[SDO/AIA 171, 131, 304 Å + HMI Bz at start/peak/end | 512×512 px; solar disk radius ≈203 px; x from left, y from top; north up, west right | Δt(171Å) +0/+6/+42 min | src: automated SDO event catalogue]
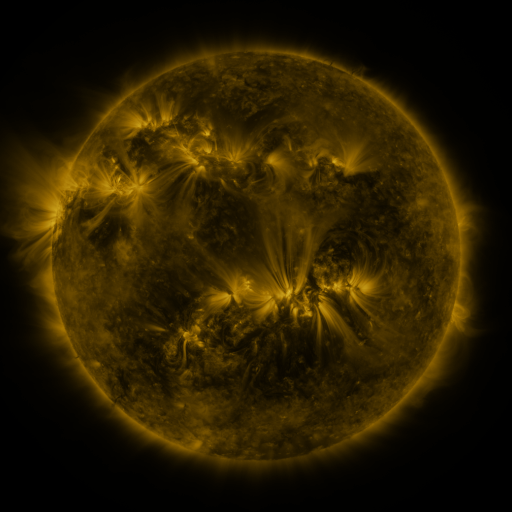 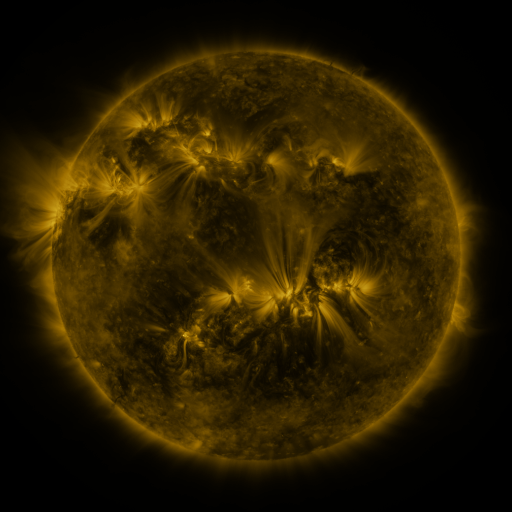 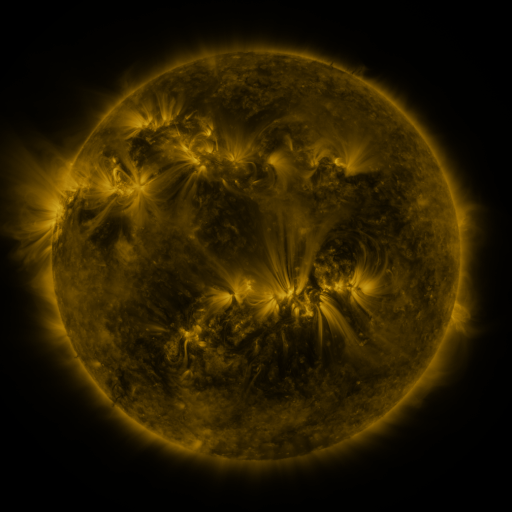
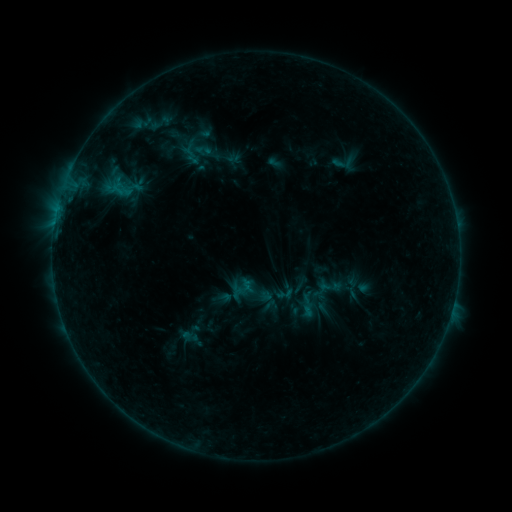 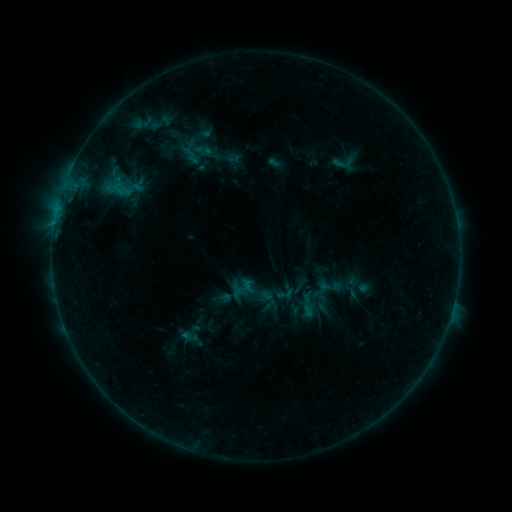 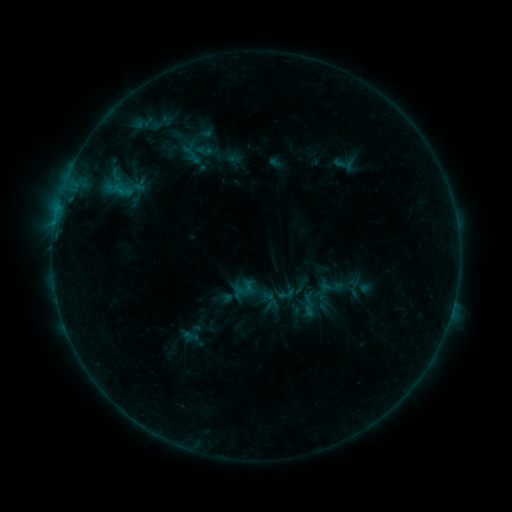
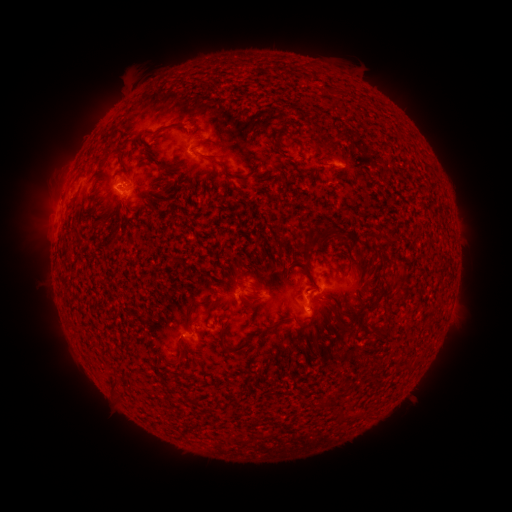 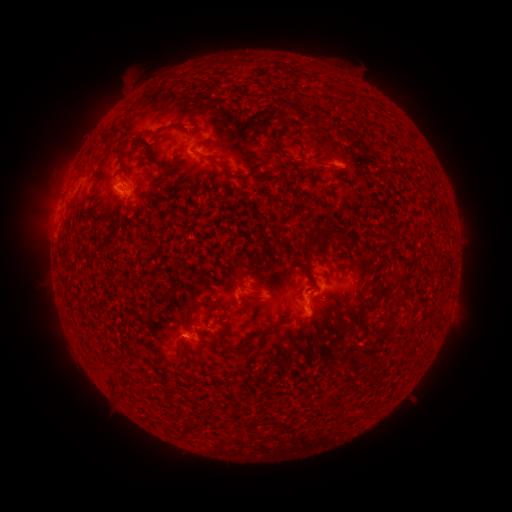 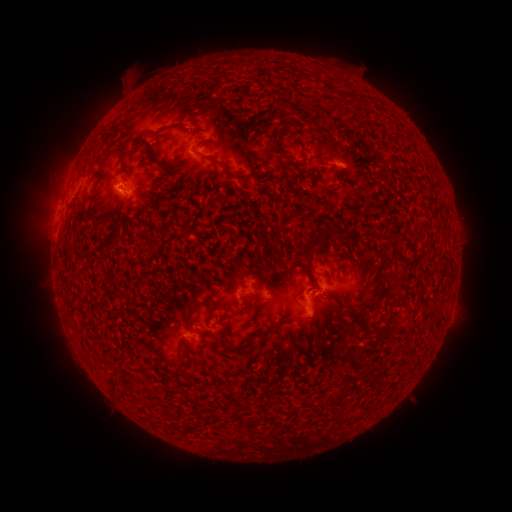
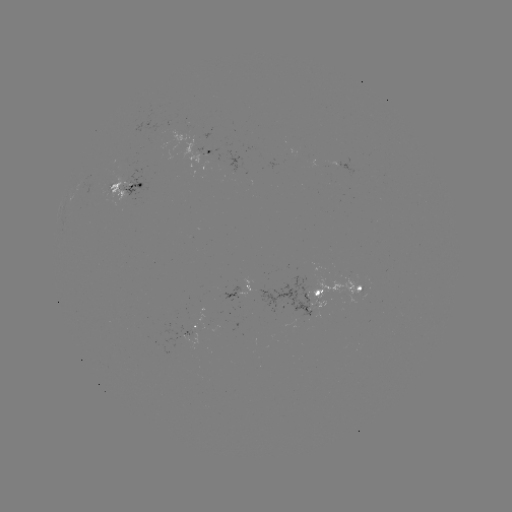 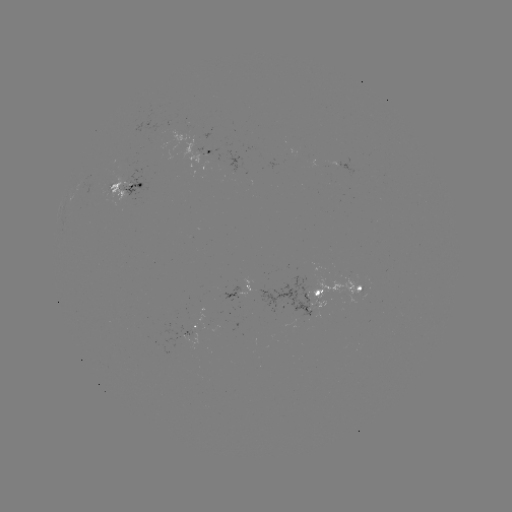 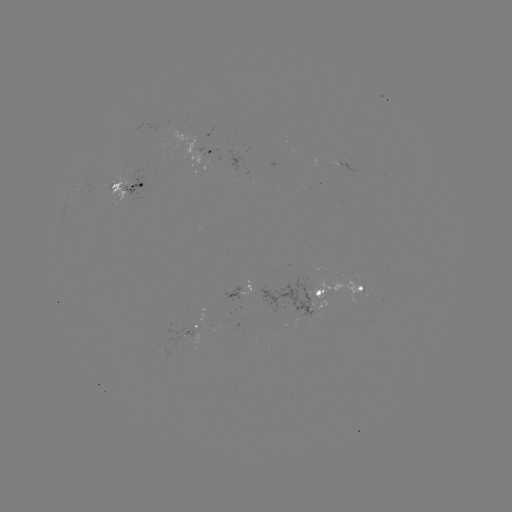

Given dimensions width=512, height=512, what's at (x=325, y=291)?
emerging-flux region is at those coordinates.